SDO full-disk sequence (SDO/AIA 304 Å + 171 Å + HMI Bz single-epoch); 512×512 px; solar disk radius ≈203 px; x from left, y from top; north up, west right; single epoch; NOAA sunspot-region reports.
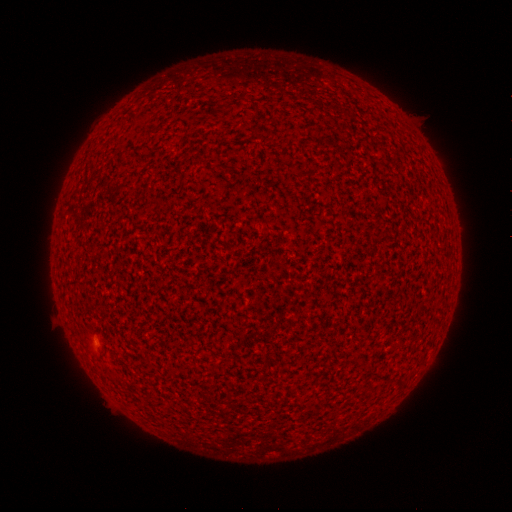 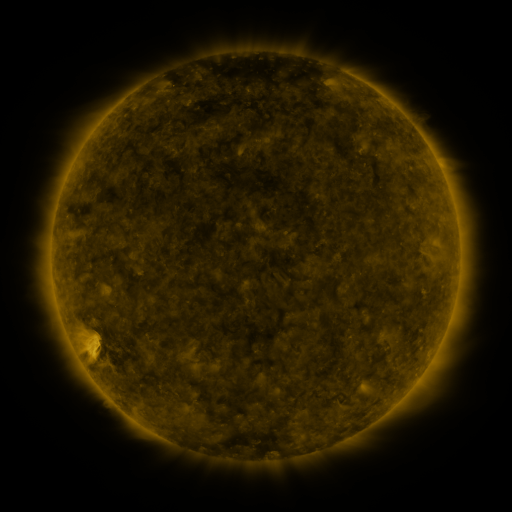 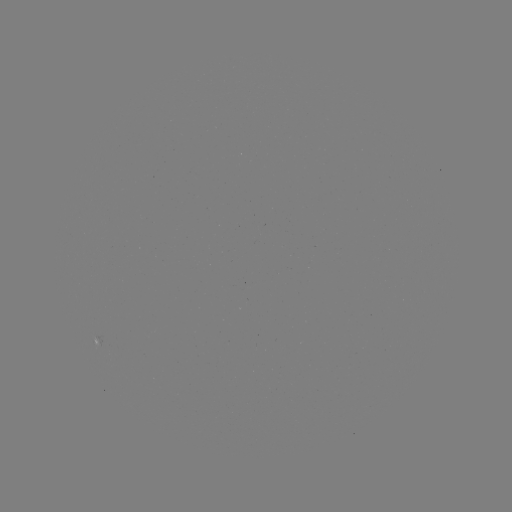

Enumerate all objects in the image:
(none)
